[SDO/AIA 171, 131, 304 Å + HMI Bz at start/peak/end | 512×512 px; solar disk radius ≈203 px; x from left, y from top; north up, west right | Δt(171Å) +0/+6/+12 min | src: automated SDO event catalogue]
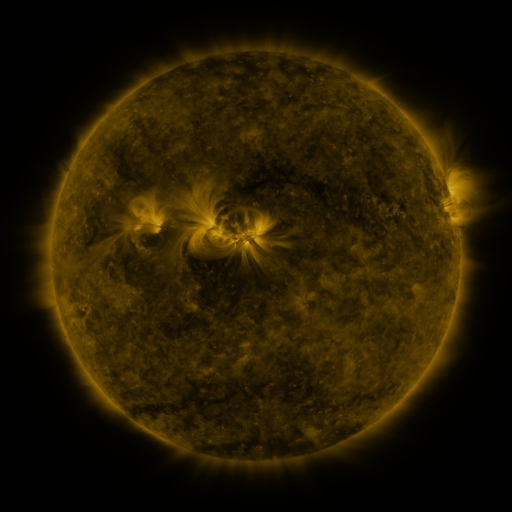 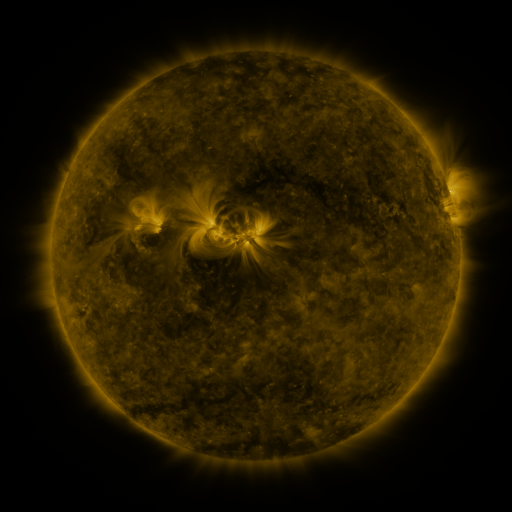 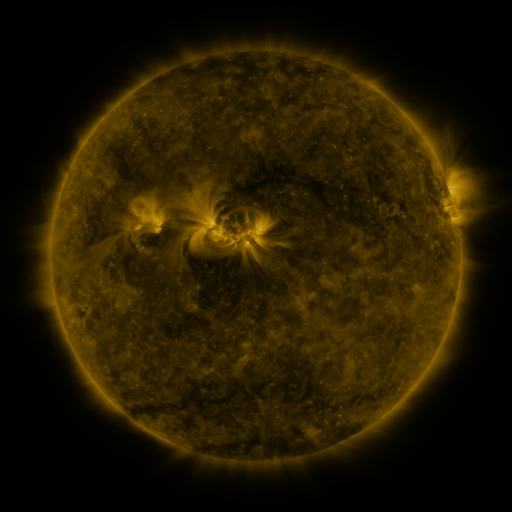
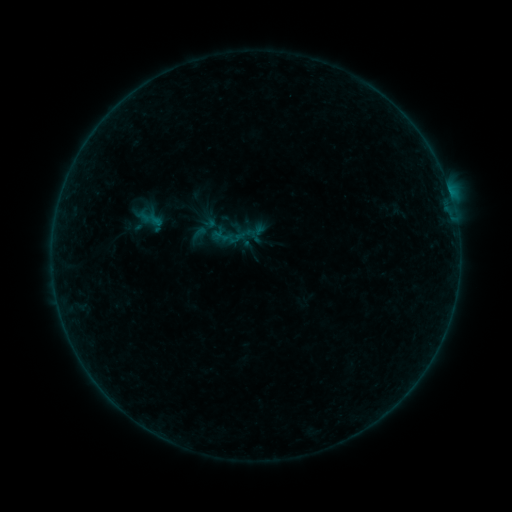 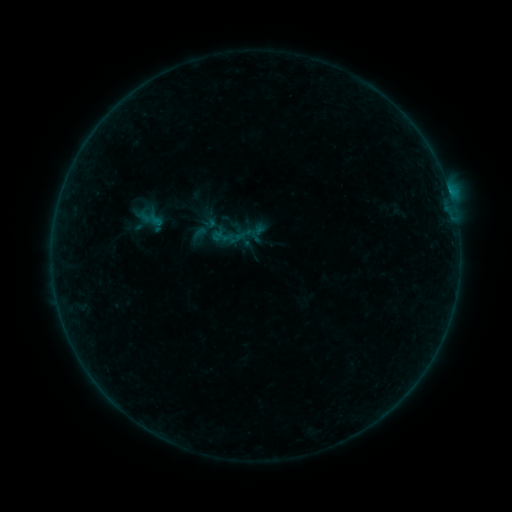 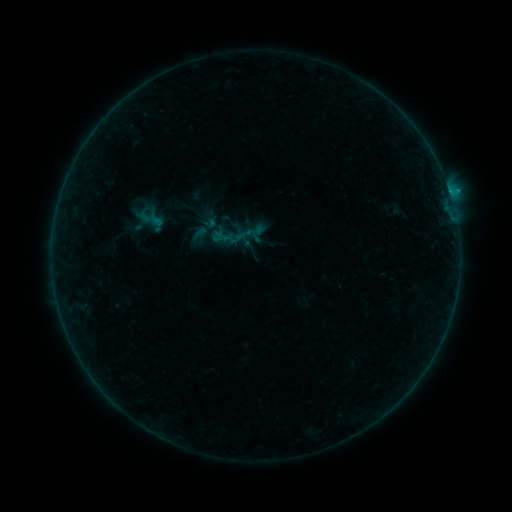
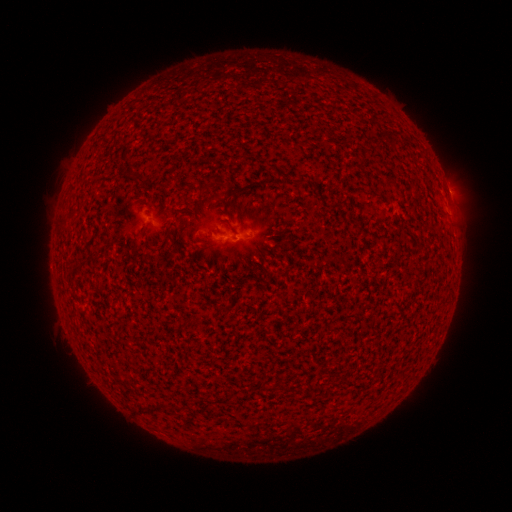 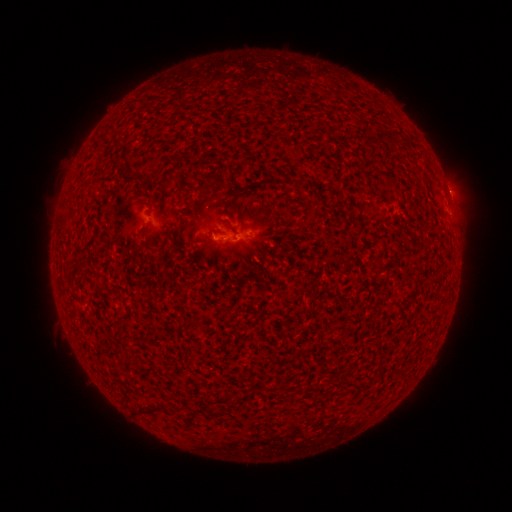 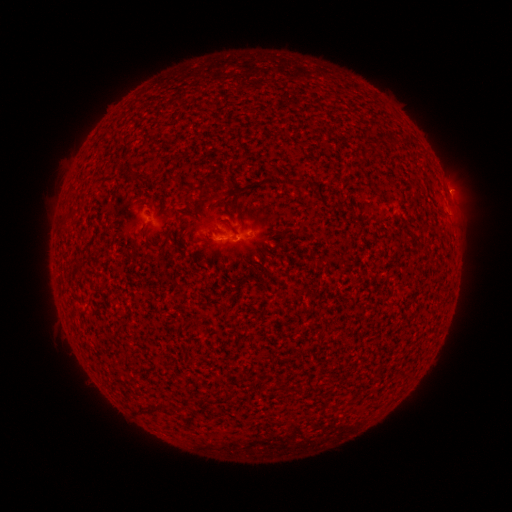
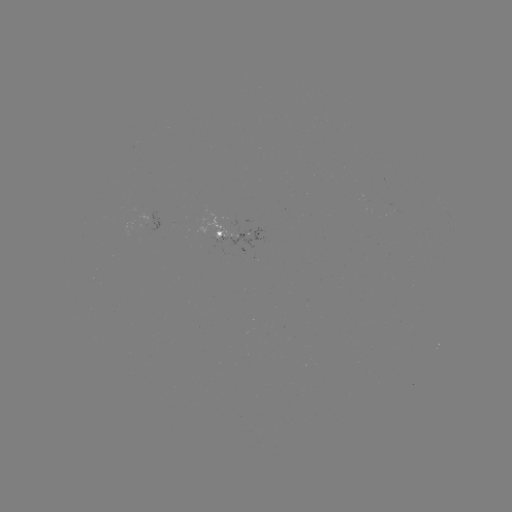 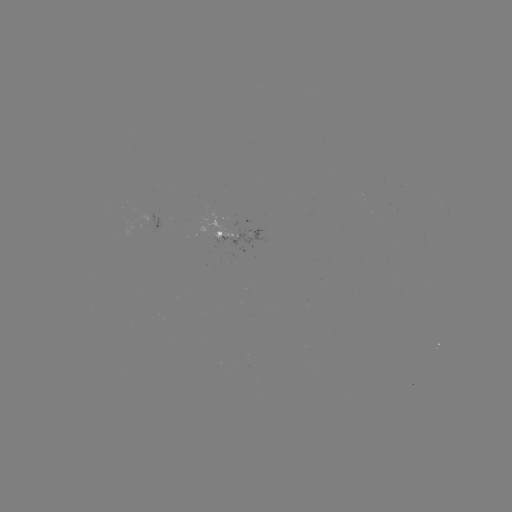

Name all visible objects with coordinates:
B4.1 flare: (449, 193)
